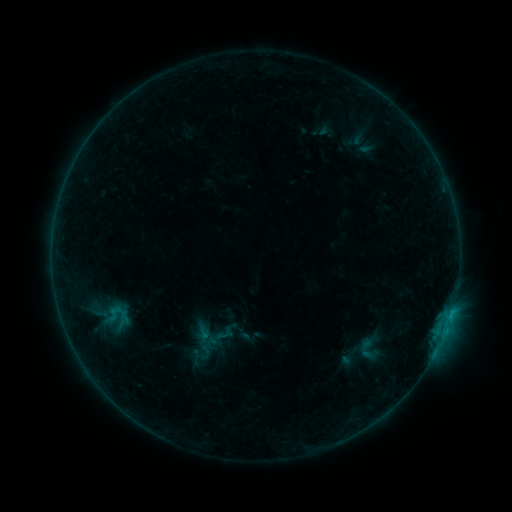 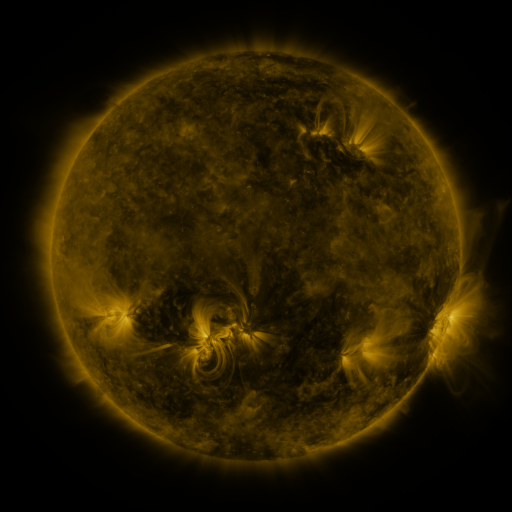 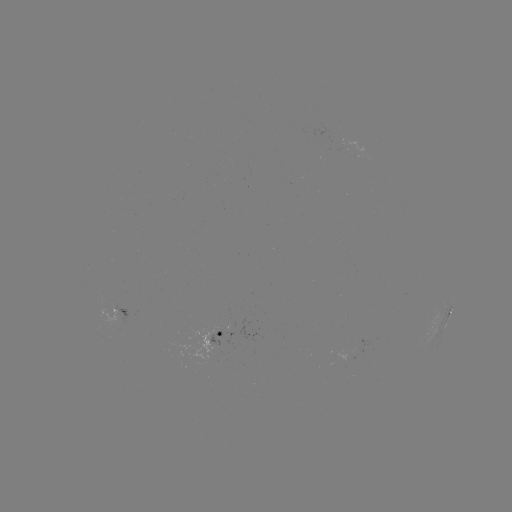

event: sigmoid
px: (370, 347)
